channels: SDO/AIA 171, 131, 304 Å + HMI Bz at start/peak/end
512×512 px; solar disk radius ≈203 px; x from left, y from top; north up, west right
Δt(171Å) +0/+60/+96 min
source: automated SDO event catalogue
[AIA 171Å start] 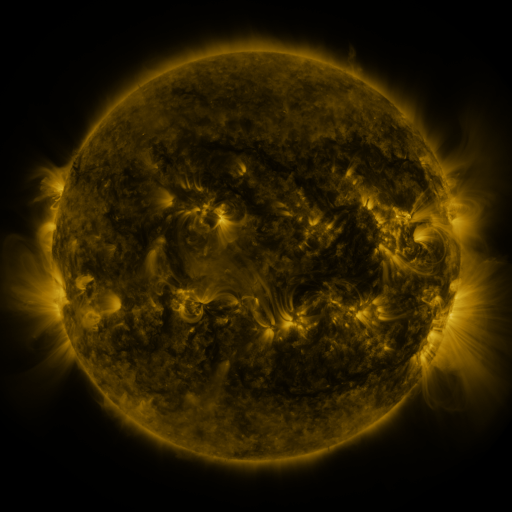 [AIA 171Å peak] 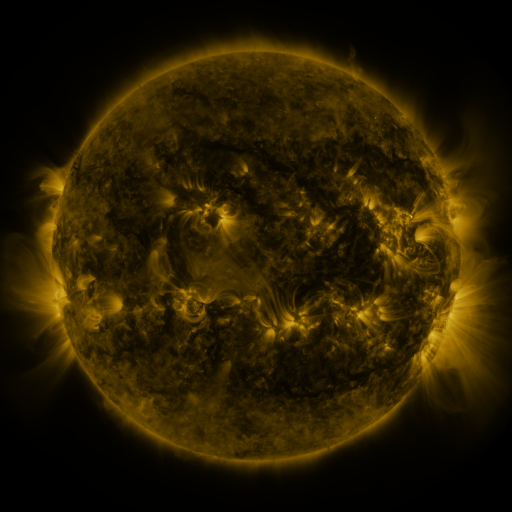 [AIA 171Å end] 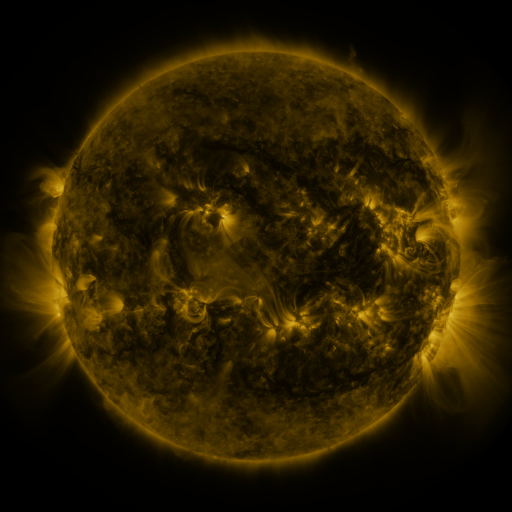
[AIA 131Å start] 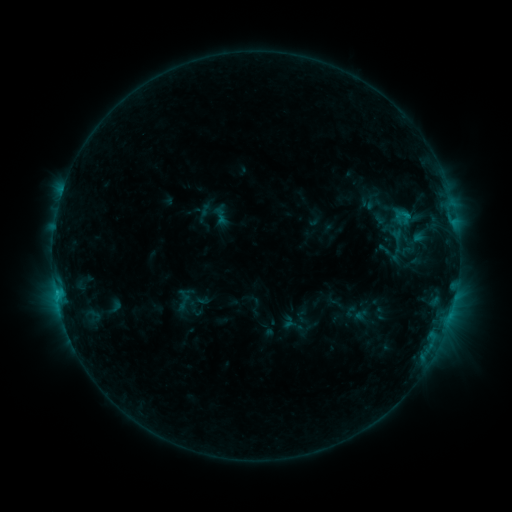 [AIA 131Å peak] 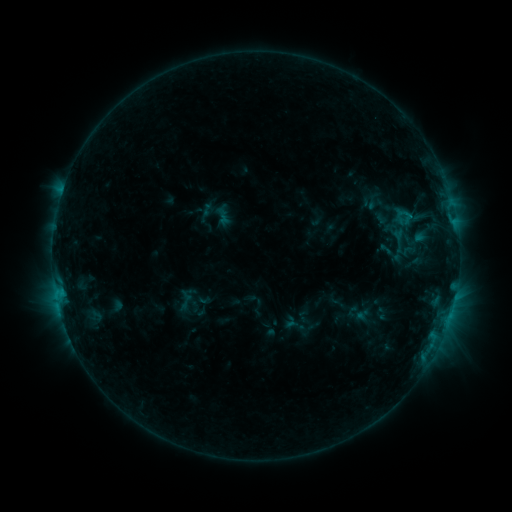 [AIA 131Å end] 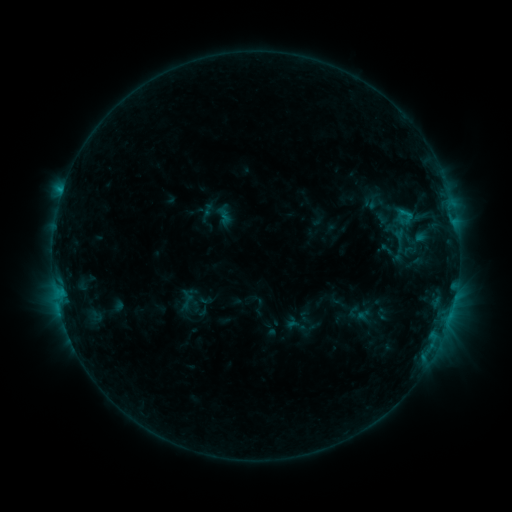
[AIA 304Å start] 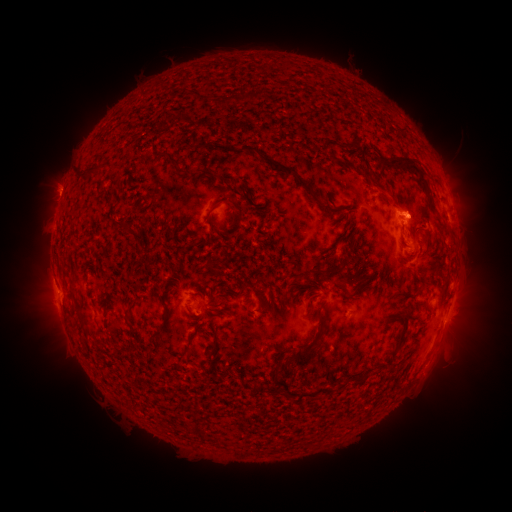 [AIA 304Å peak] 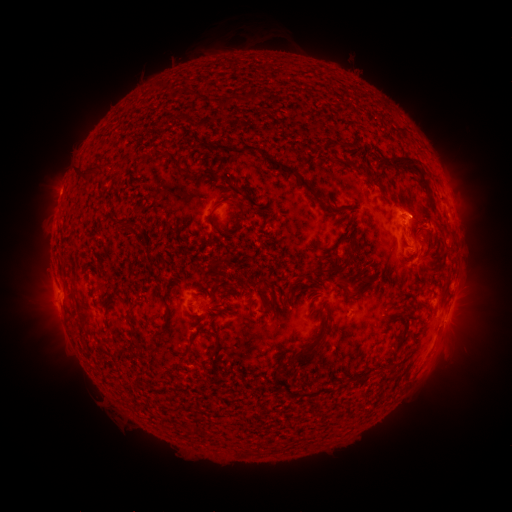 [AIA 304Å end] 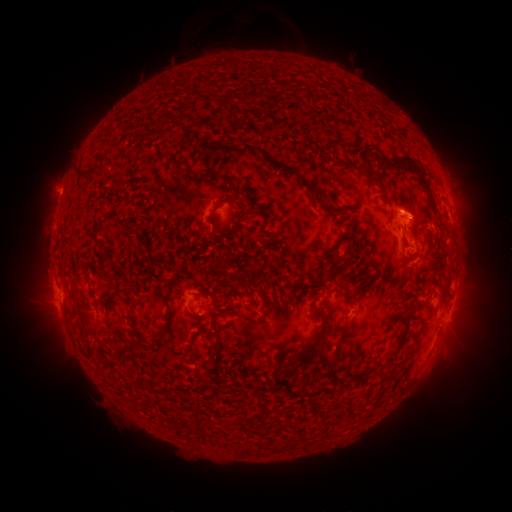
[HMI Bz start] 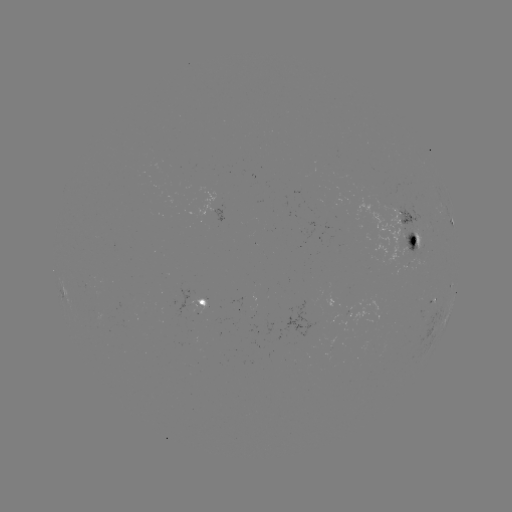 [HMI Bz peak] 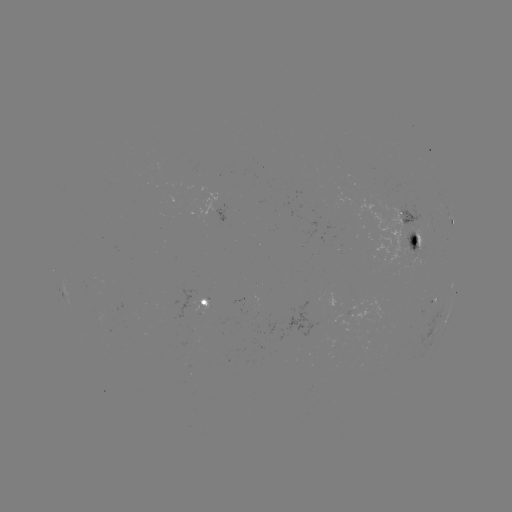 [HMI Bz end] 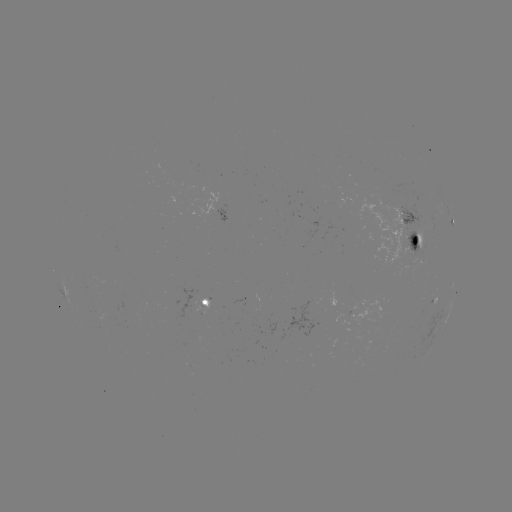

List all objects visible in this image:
emerging-flux region: (341, 305)
